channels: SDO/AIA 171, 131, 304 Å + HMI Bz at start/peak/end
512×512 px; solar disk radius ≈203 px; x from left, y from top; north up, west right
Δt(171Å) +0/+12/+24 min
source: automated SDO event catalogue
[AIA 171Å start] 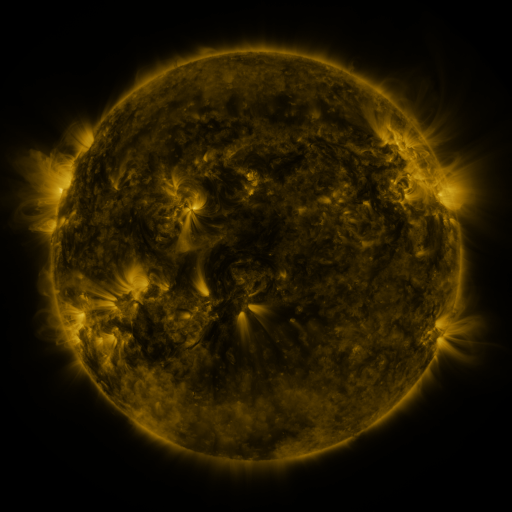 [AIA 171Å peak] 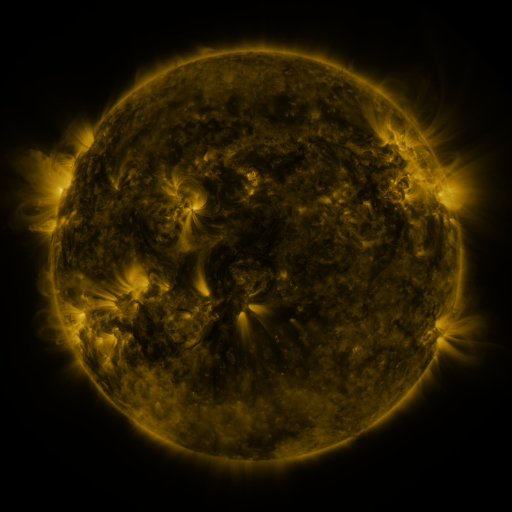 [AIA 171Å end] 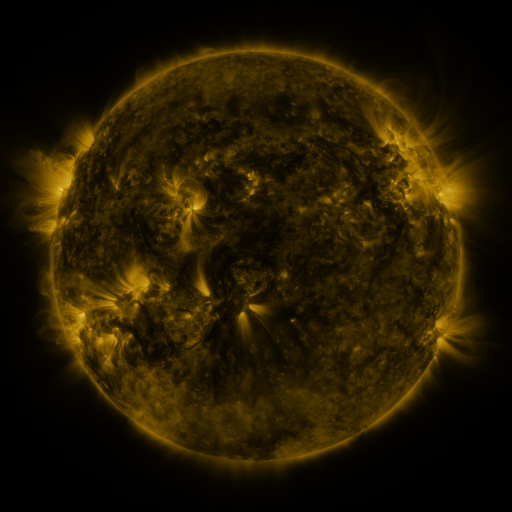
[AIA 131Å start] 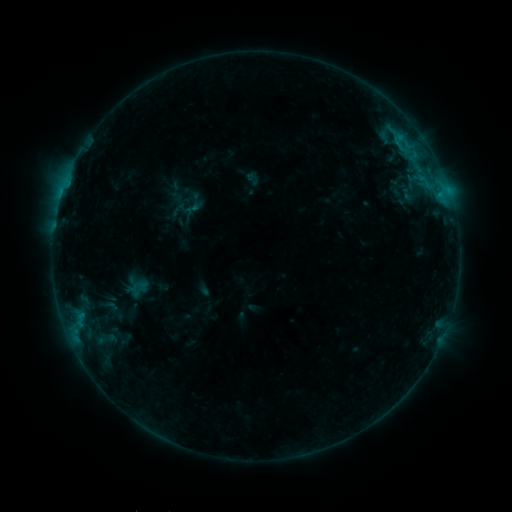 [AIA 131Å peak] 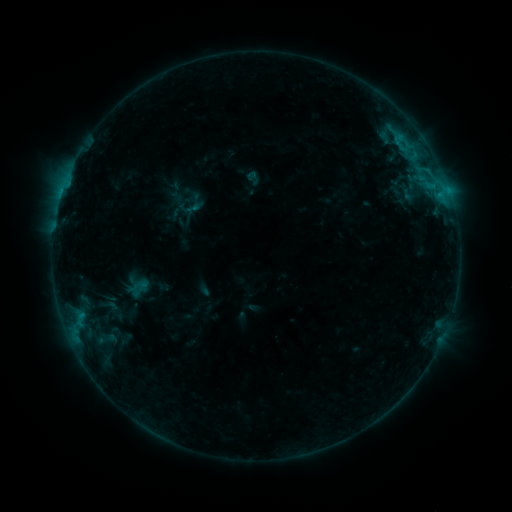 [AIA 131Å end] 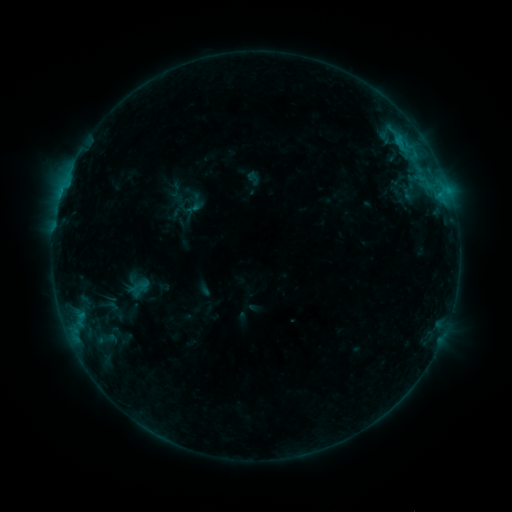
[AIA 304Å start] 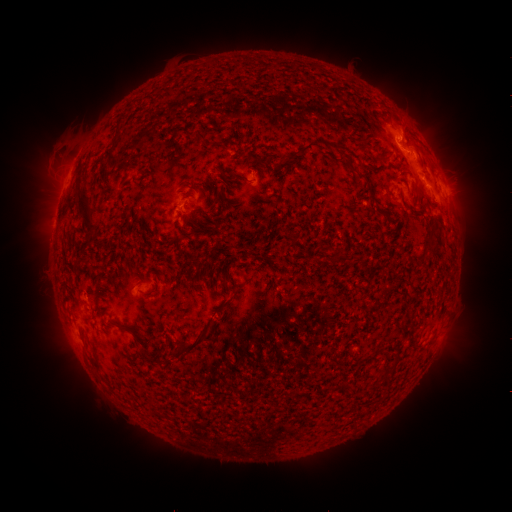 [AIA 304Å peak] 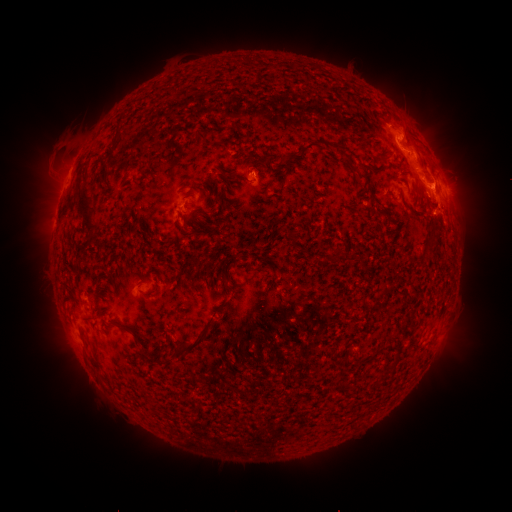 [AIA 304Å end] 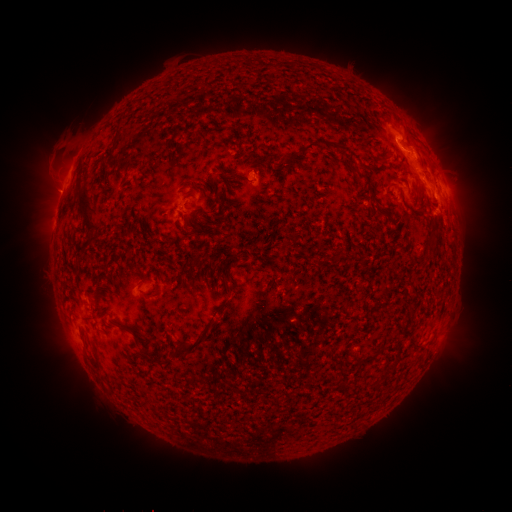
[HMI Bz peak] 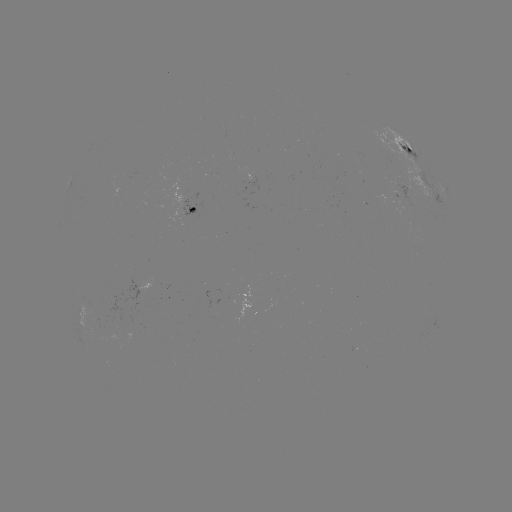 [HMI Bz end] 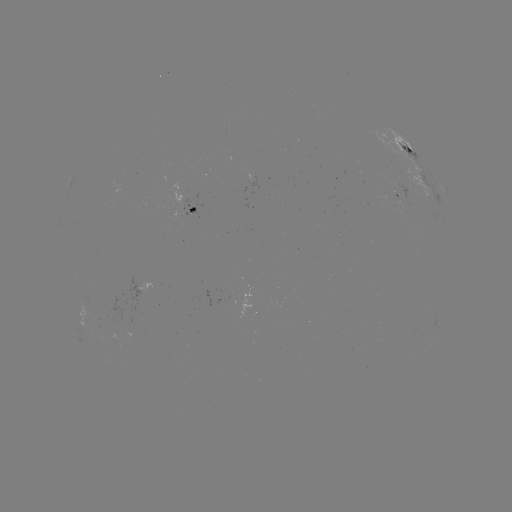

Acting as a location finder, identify eruption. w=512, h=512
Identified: (438, 185).